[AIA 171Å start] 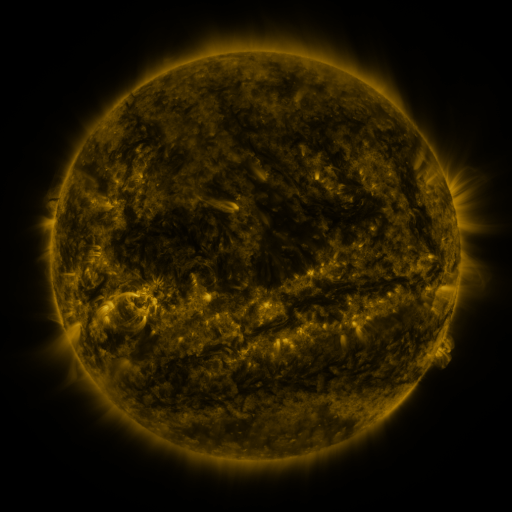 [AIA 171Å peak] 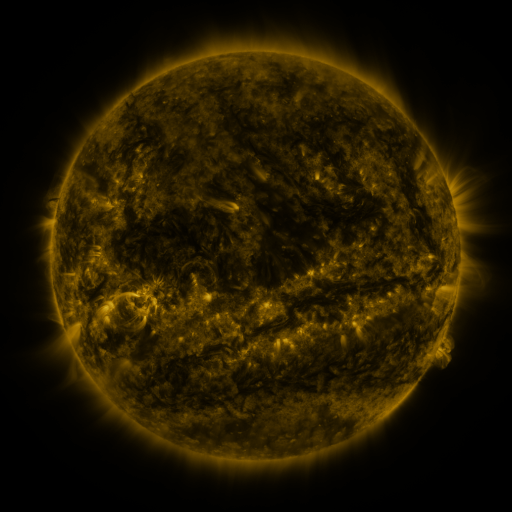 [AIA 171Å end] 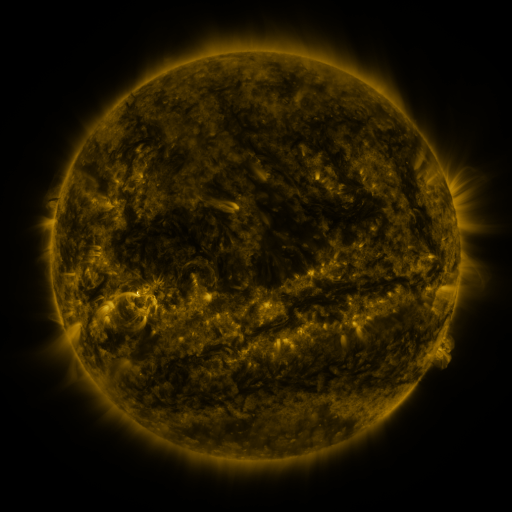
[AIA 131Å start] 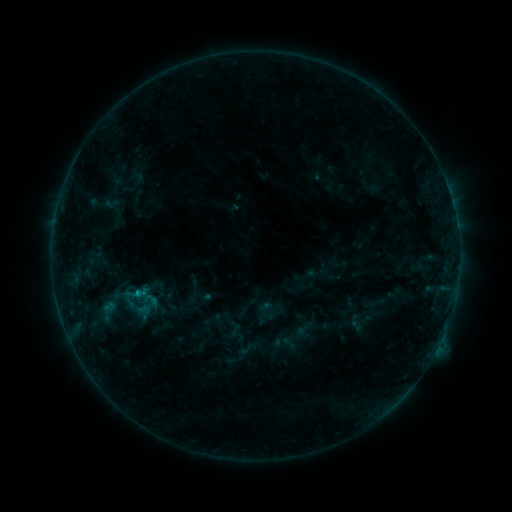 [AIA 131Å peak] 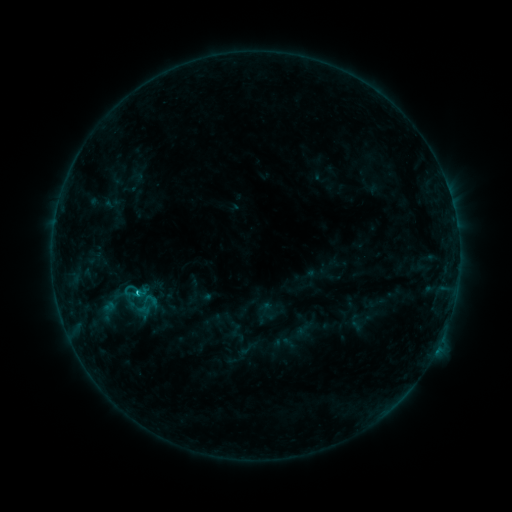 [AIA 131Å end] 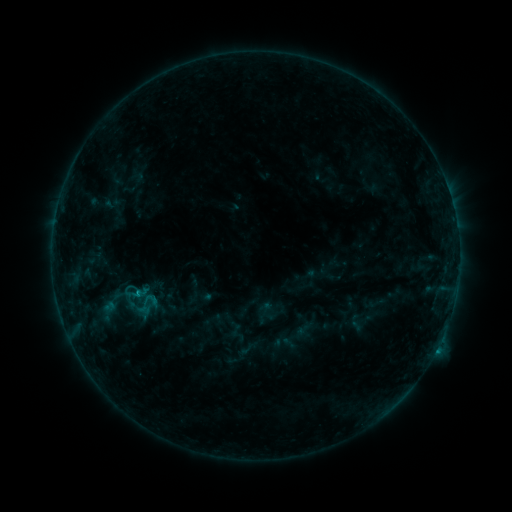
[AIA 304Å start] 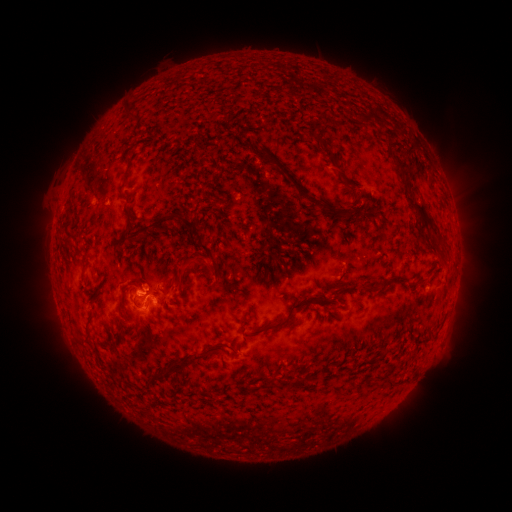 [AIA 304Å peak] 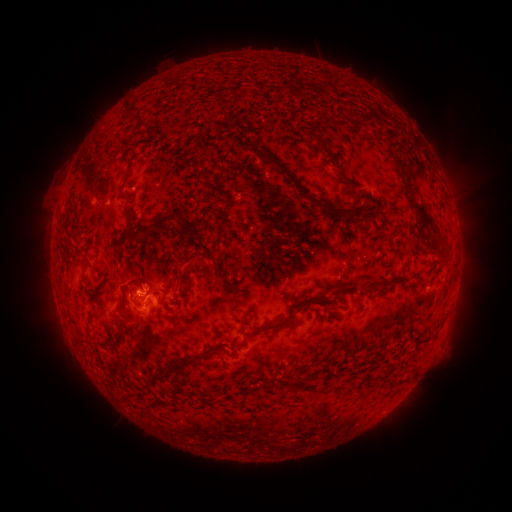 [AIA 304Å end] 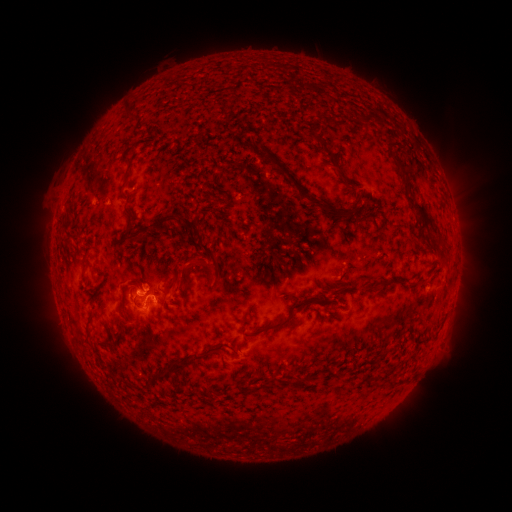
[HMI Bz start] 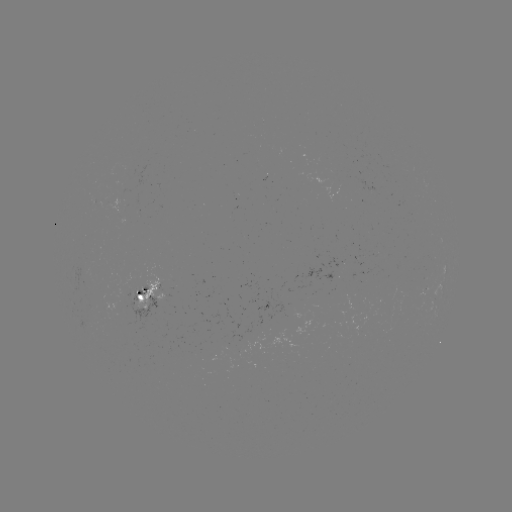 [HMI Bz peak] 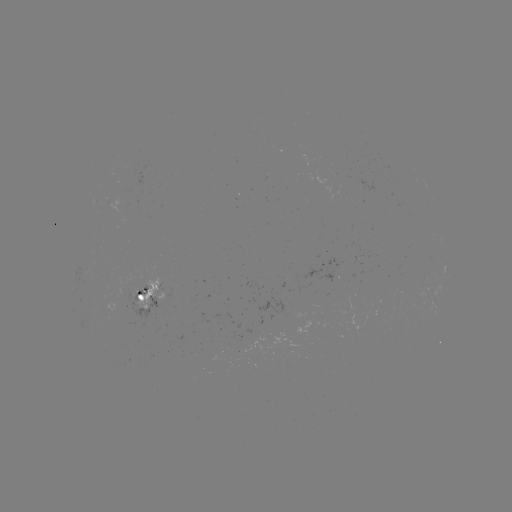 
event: flare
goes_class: C1.0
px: (140, 291)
